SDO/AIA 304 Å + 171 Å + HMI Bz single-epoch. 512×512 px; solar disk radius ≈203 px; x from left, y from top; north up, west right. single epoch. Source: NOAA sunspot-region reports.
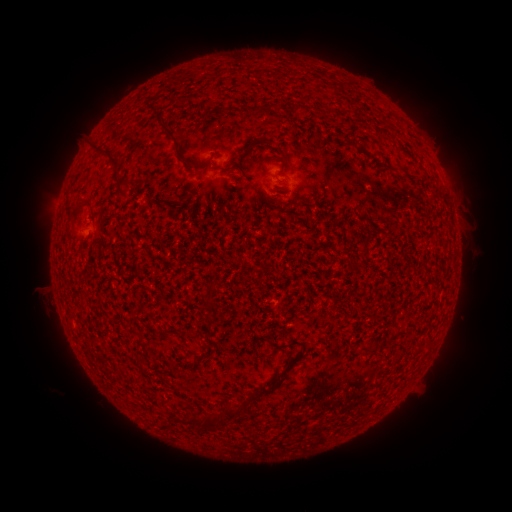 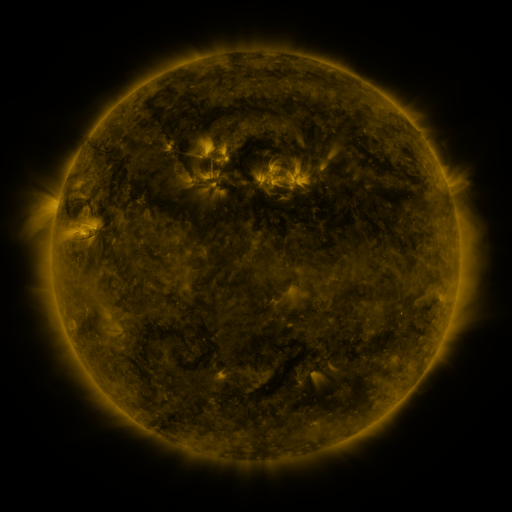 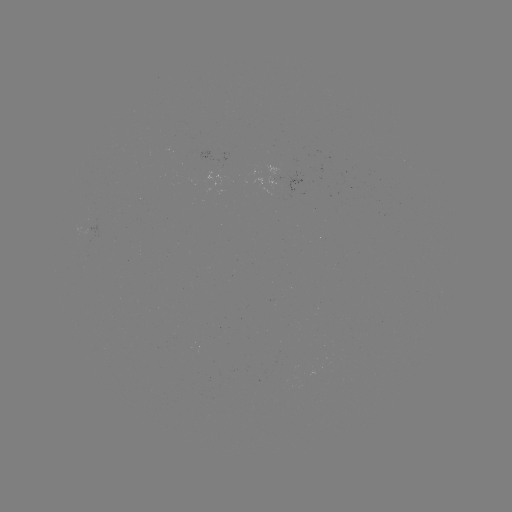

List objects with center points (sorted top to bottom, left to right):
(none)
